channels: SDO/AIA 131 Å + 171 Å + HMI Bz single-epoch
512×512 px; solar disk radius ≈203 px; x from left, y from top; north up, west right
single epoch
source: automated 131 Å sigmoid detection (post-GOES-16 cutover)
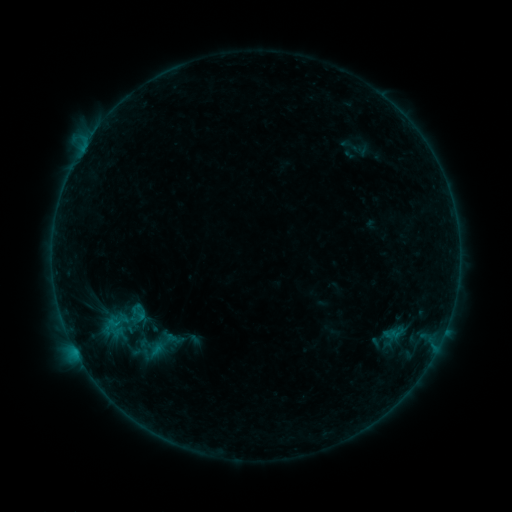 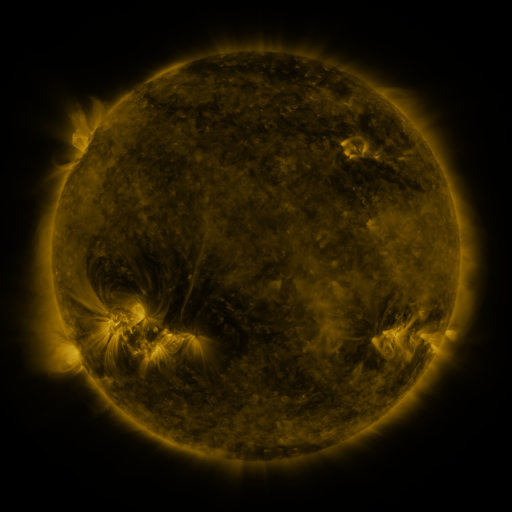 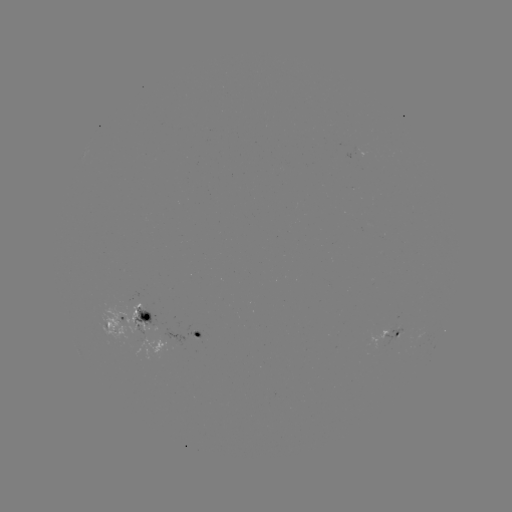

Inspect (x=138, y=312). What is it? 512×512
sigmoid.